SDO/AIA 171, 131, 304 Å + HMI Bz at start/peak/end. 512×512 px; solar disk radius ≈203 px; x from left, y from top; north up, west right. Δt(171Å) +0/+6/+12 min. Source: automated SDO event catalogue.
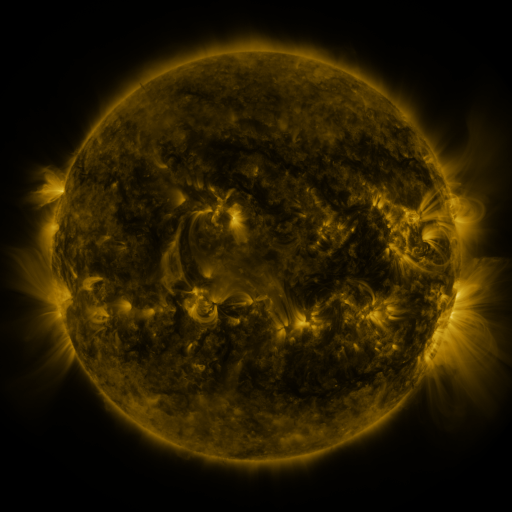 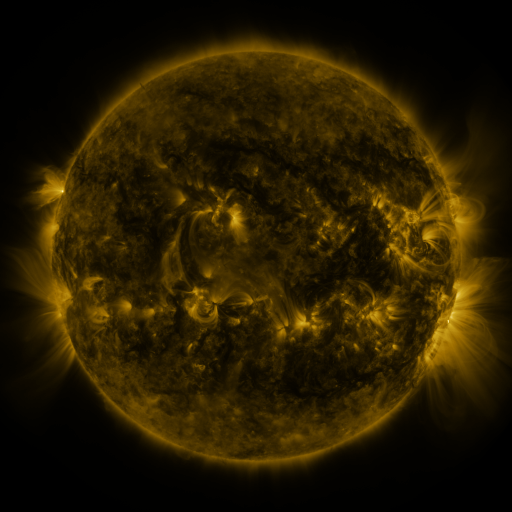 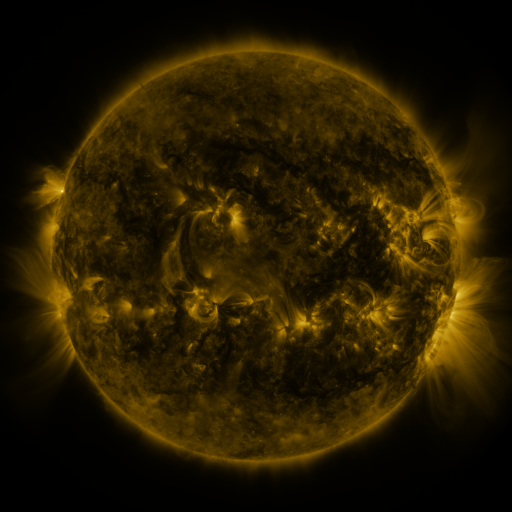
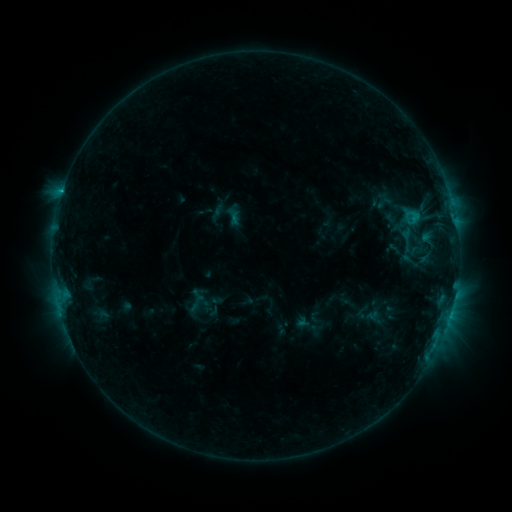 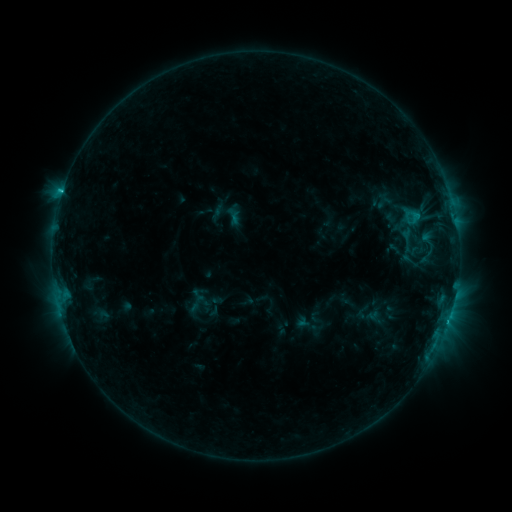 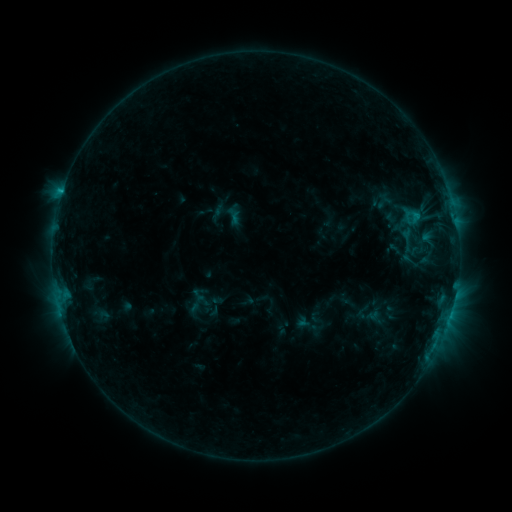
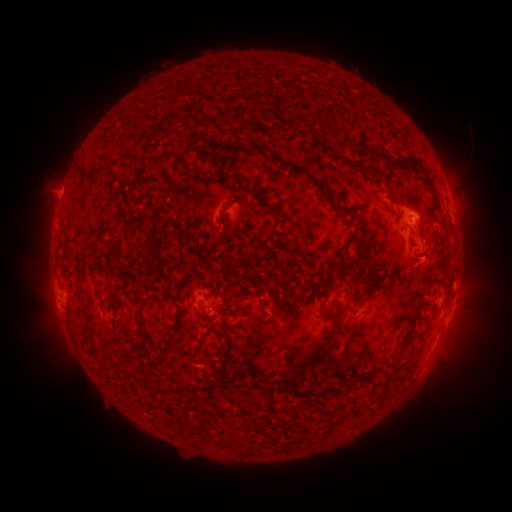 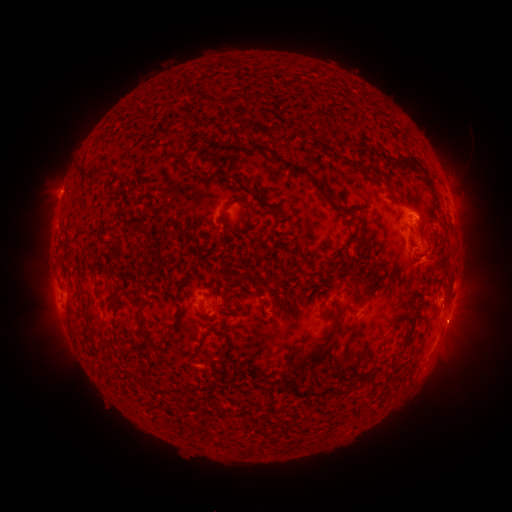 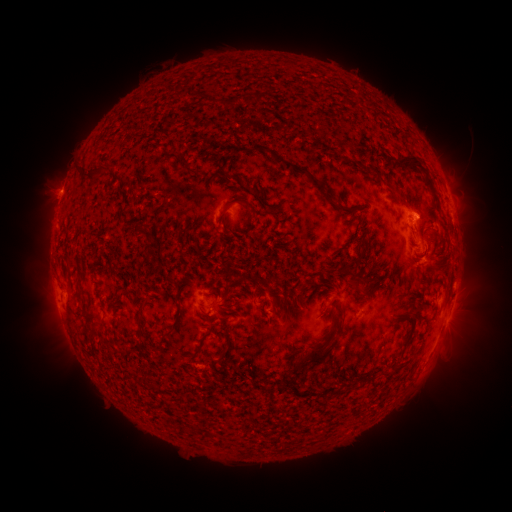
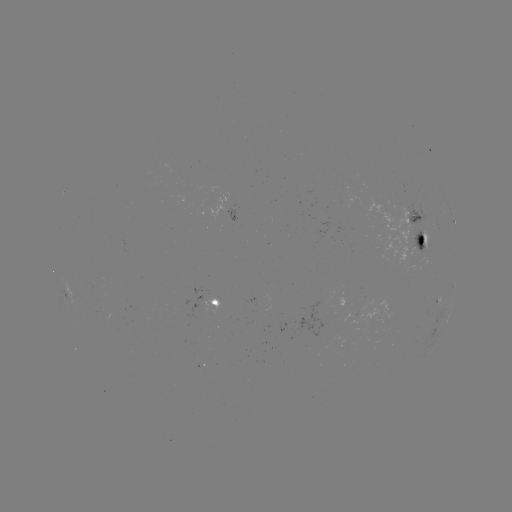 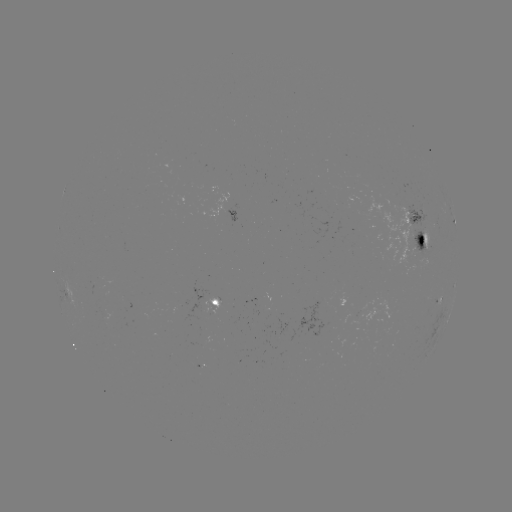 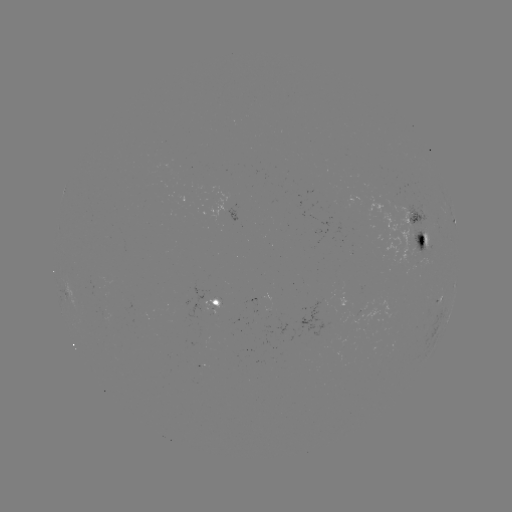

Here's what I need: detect C1.2 flare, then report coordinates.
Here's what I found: C1.2 flare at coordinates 62,193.